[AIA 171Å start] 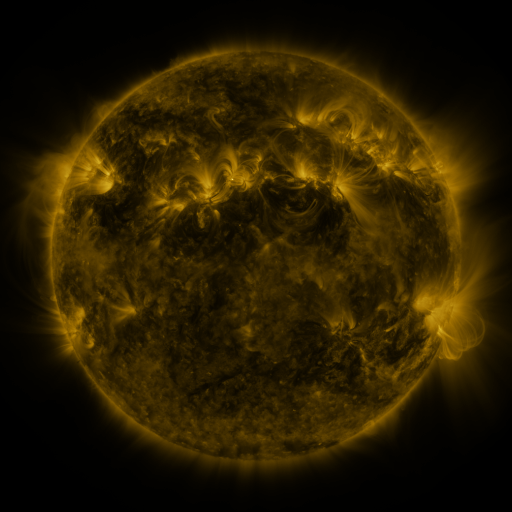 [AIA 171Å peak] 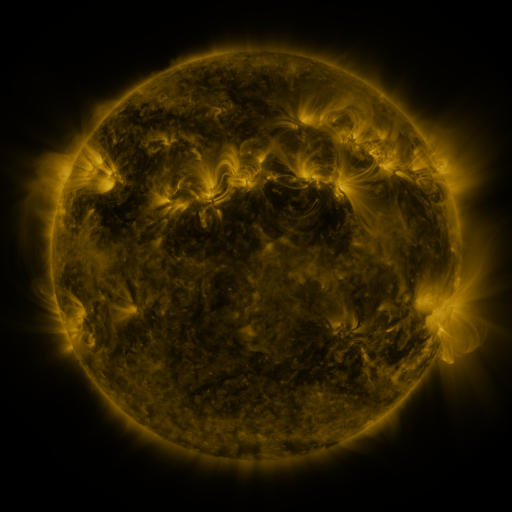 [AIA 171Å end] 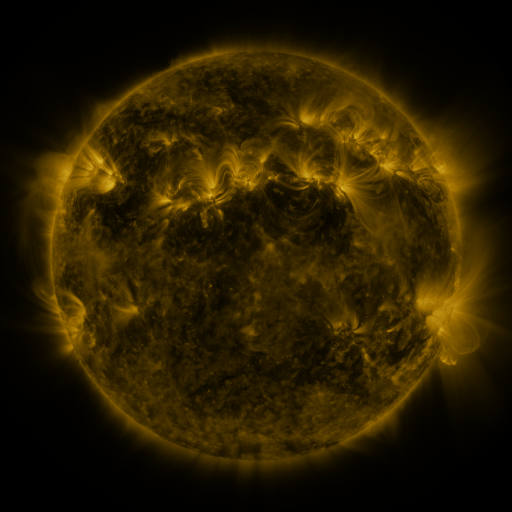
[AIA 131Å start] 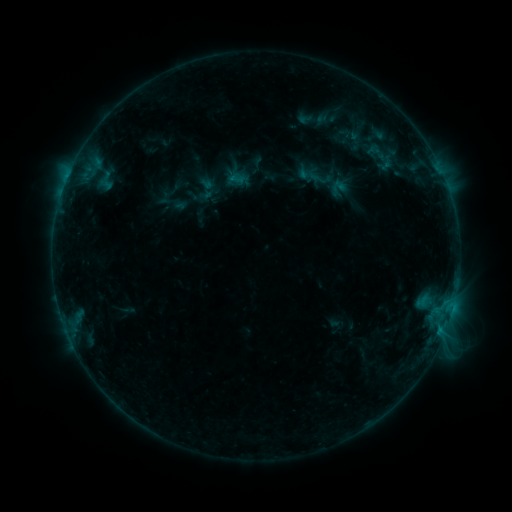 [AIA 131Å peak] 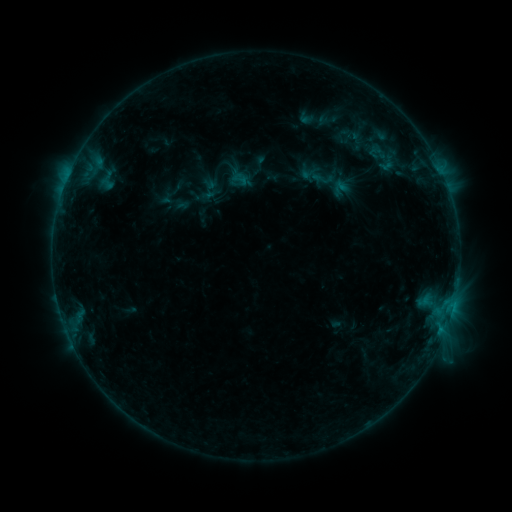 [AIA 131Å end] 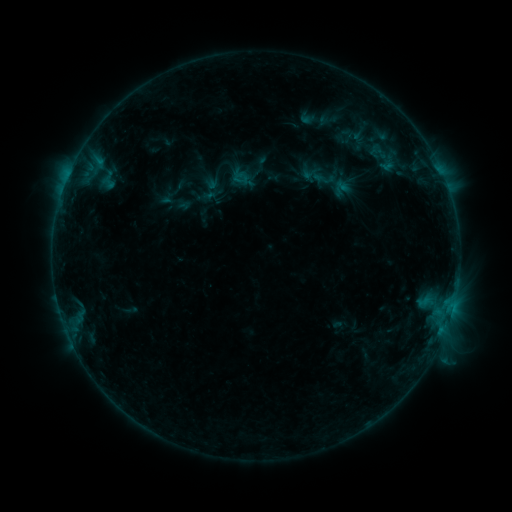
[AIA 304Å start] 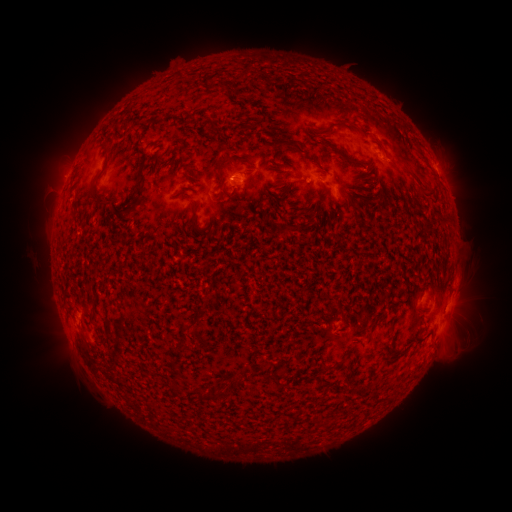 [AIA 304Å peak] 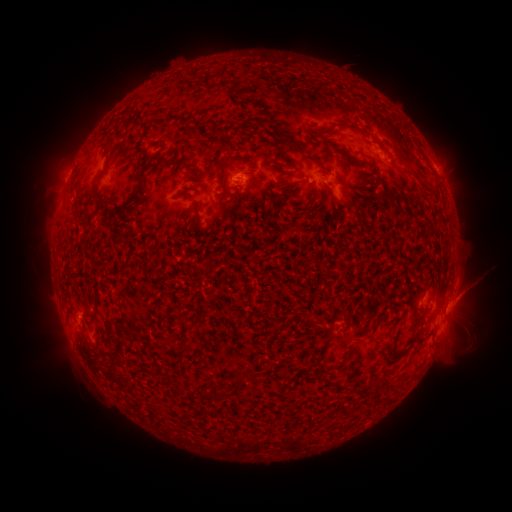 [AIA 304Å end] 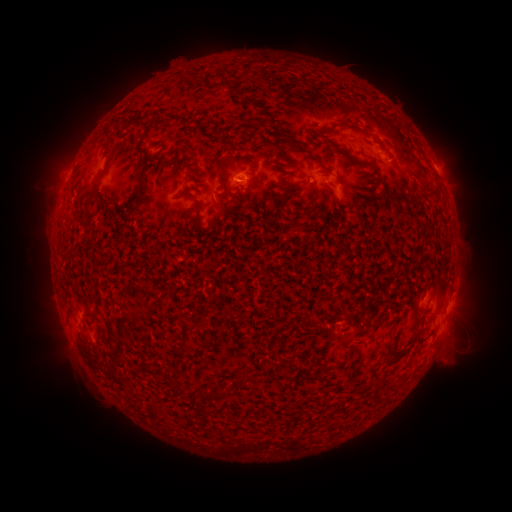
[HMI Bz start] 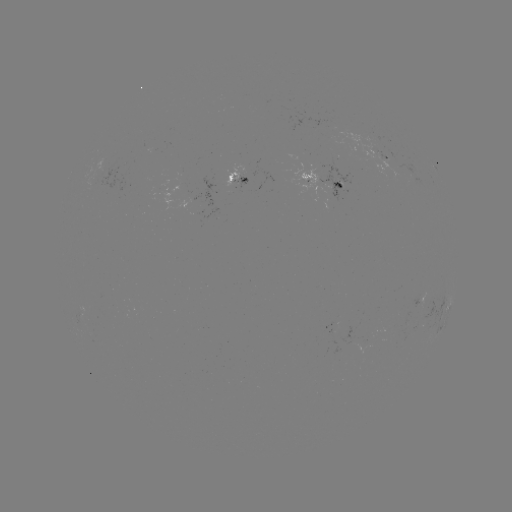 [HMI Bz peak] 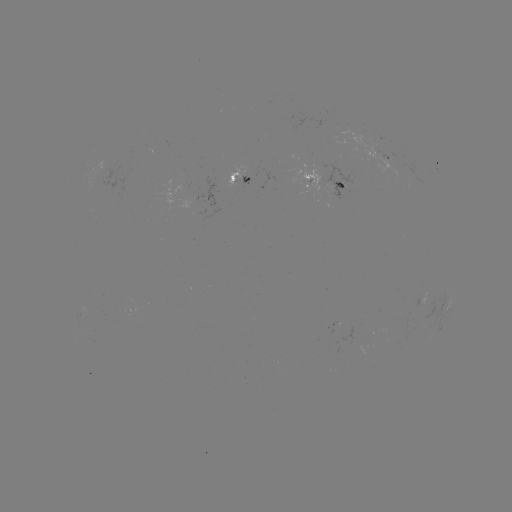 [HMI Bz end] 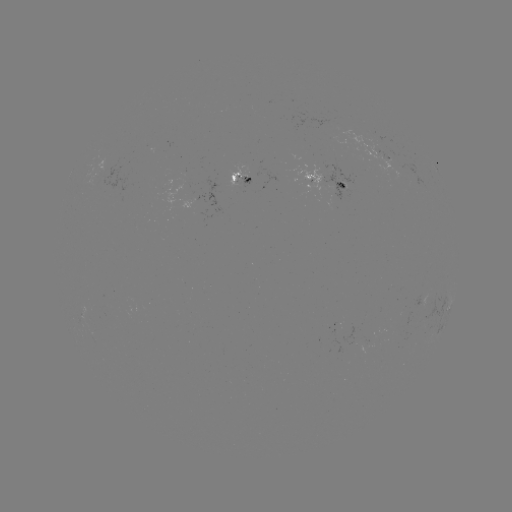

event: emerging-flux region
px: (384, 161)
